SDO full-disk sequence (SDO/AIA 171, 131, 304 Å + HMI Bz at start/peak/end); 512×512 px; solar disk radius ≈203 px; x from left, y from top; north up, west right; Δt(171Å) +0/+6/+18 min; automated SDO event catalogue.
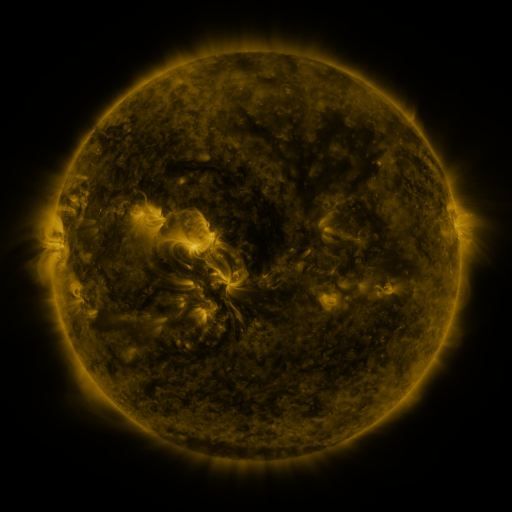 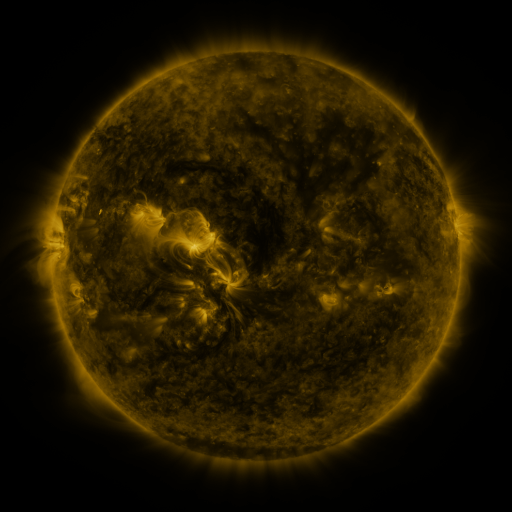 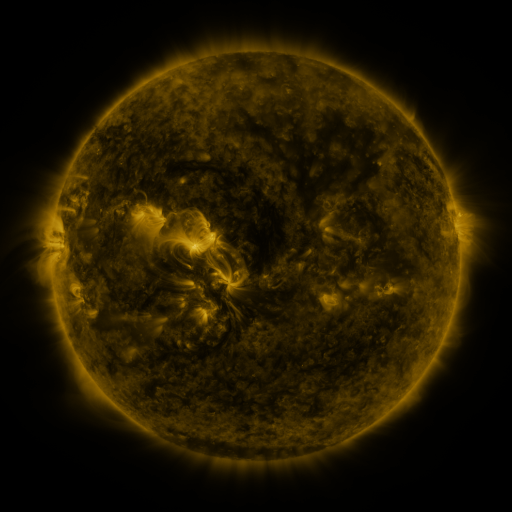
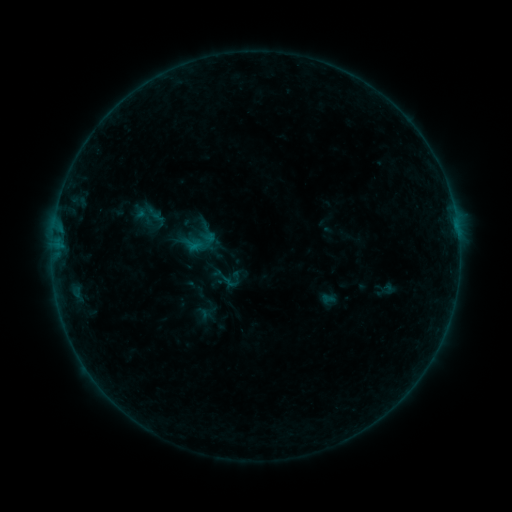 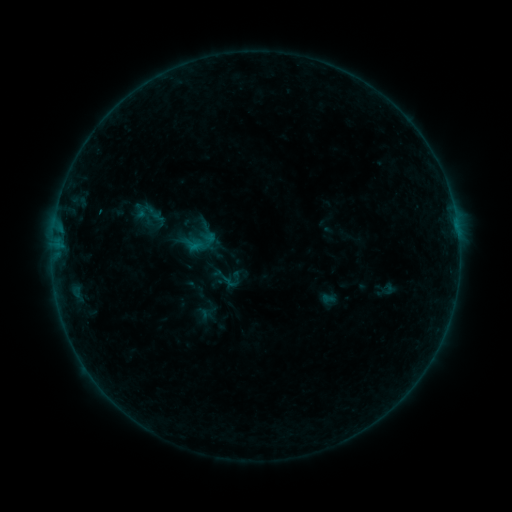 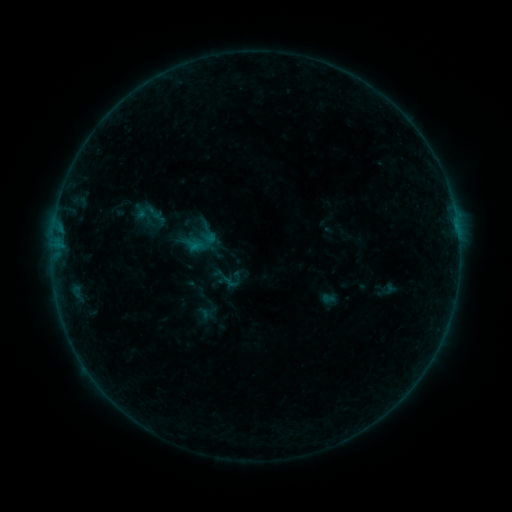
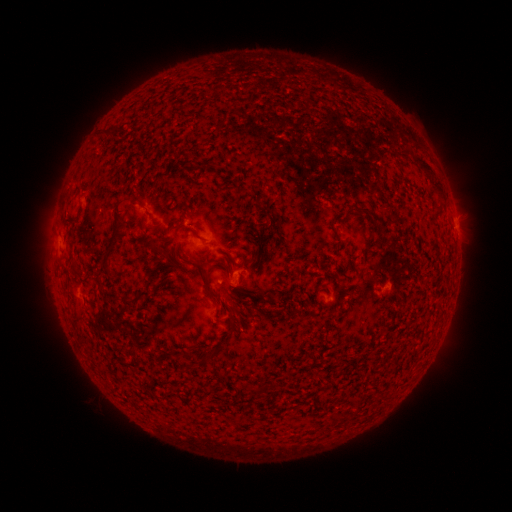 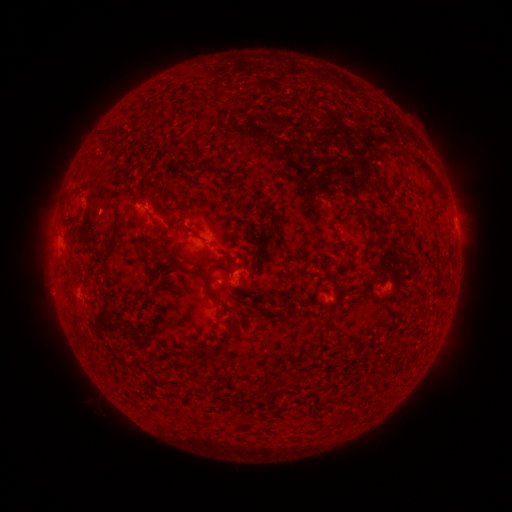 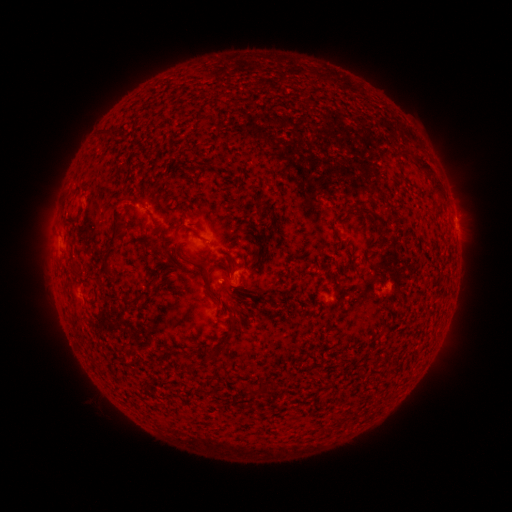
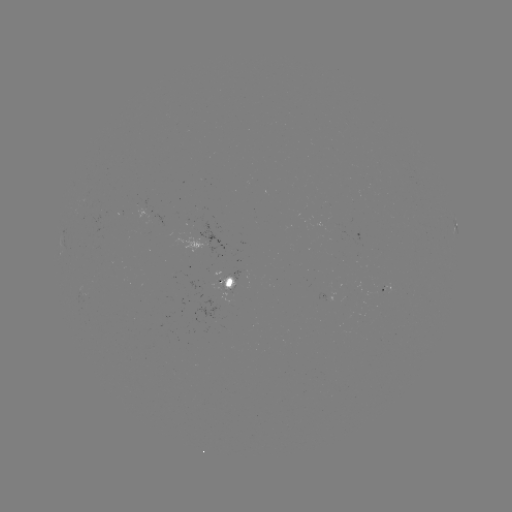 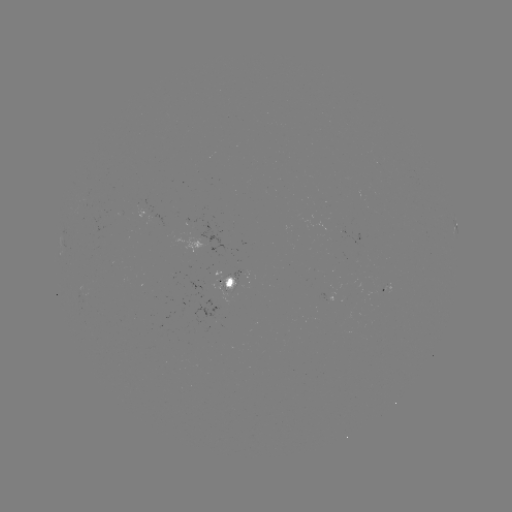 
no catalogued flare and no flagged EUV brightening in this window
